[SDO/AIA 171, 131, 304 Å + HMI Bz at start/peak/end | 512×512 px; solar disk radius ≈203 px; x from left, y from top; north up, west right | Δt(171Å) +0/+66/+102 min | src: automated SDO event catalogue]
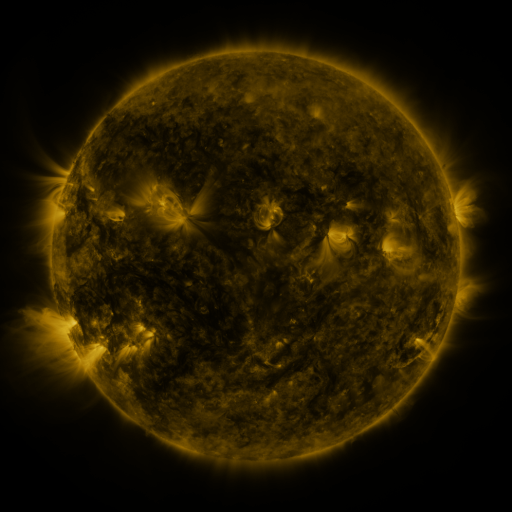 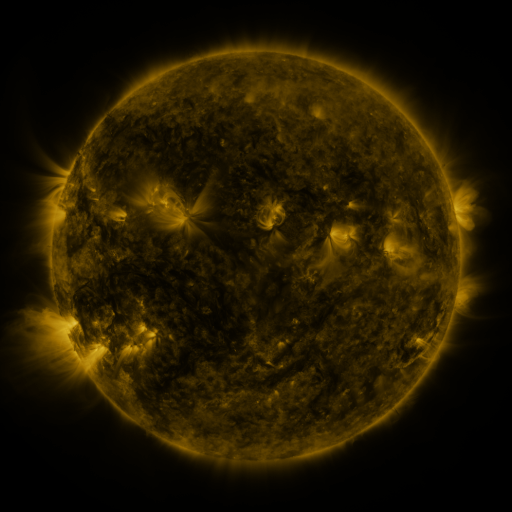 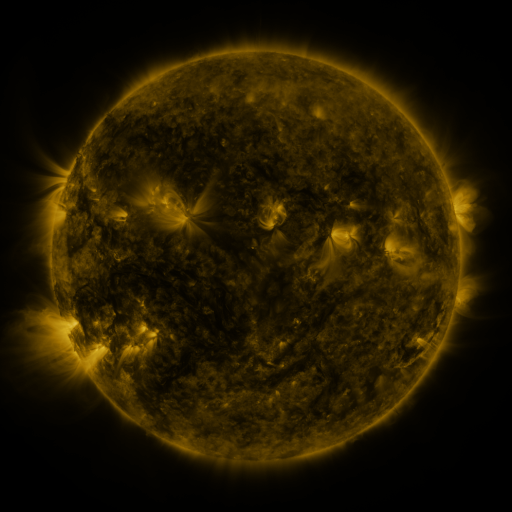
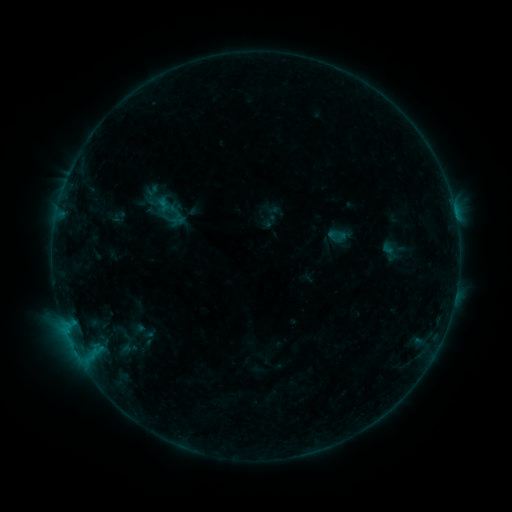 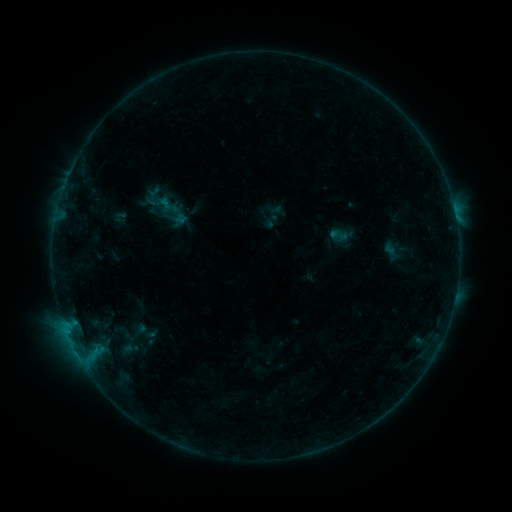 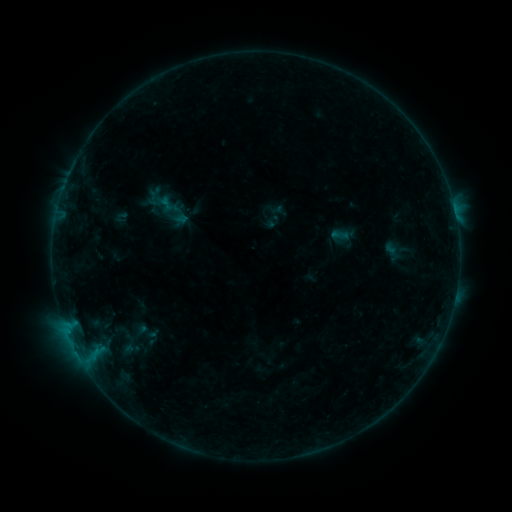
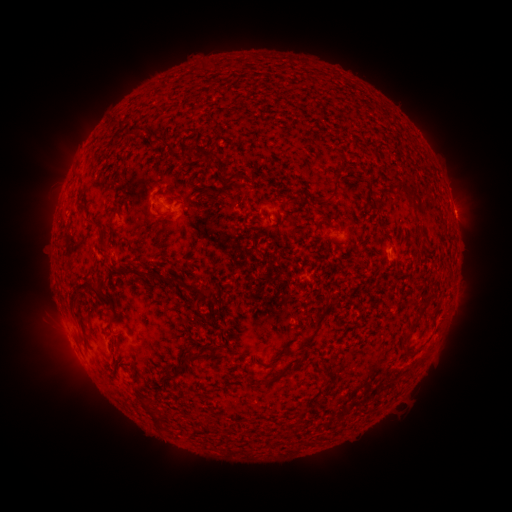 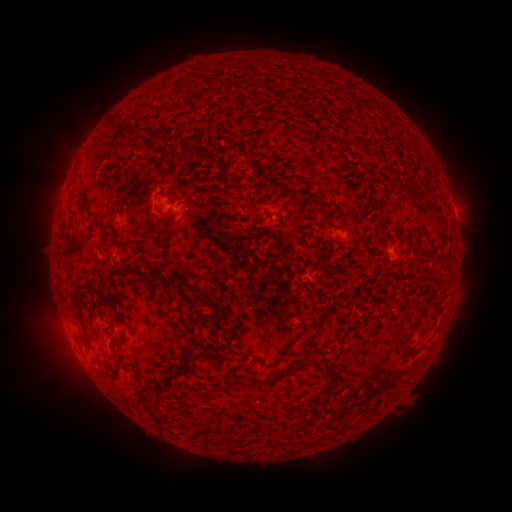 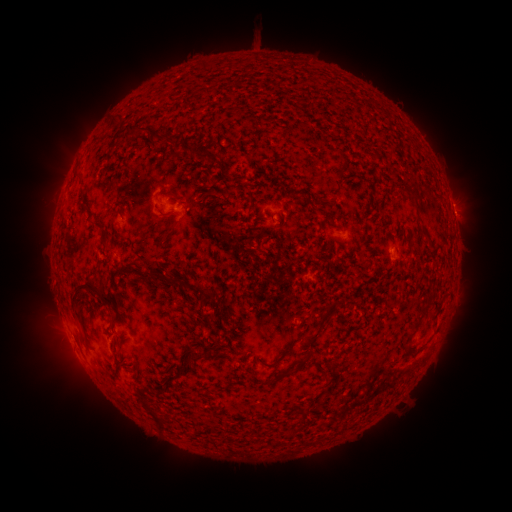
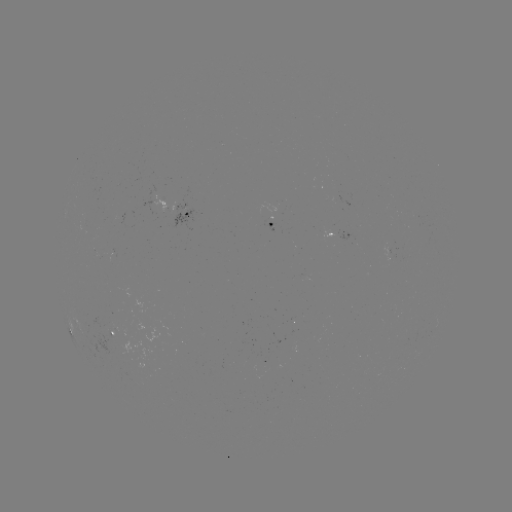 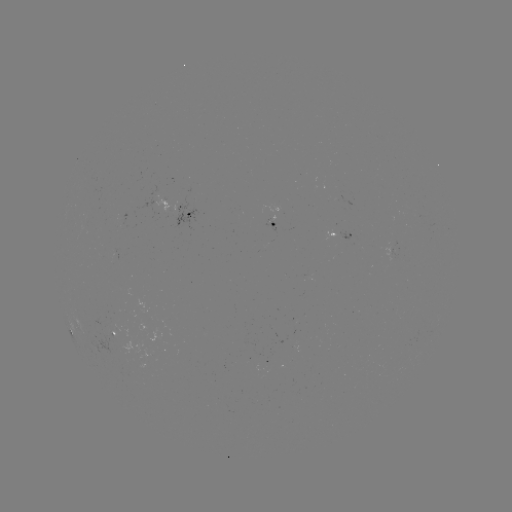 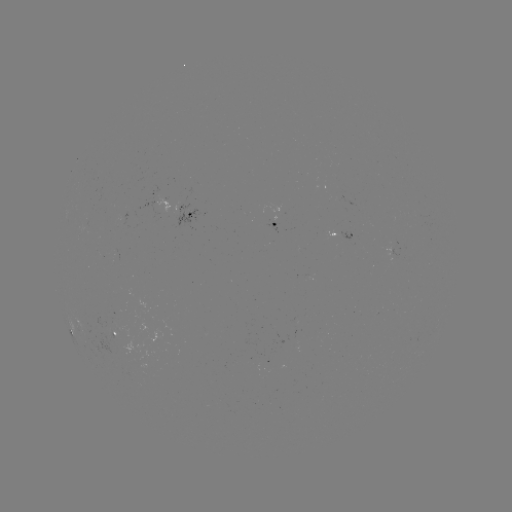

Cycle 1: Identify emerging-flux region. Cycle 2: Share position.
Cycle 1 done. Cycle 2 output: (115, 255).